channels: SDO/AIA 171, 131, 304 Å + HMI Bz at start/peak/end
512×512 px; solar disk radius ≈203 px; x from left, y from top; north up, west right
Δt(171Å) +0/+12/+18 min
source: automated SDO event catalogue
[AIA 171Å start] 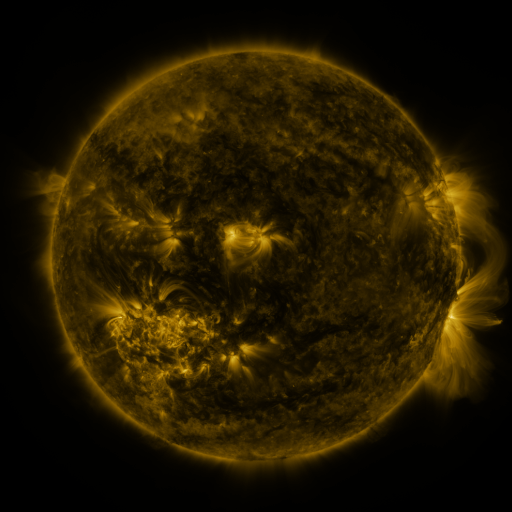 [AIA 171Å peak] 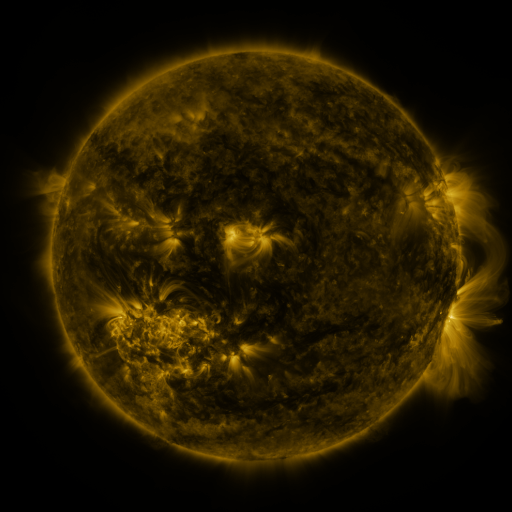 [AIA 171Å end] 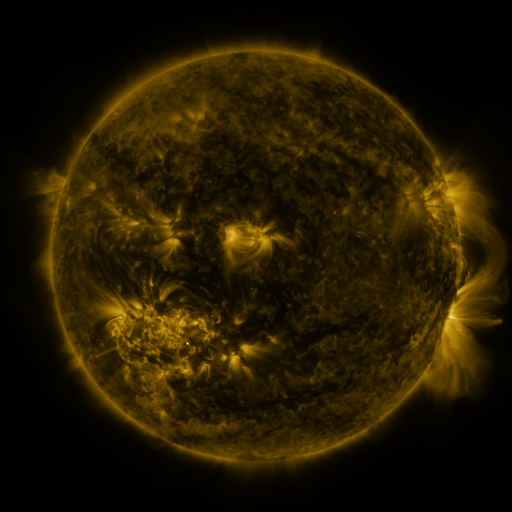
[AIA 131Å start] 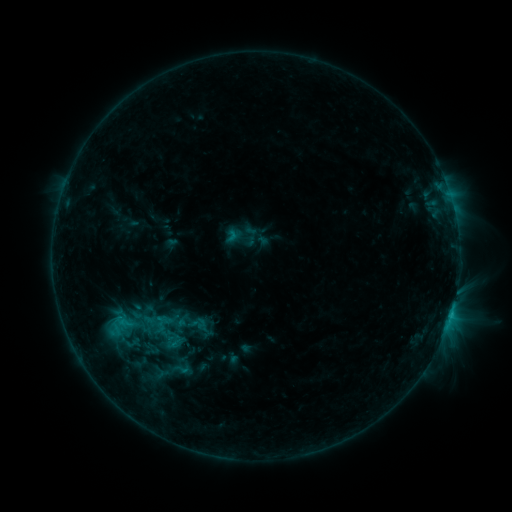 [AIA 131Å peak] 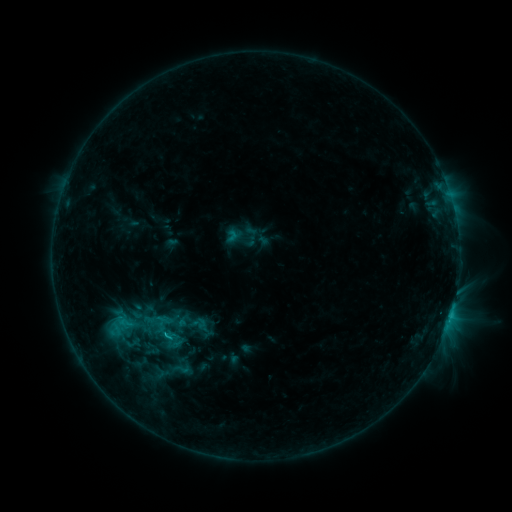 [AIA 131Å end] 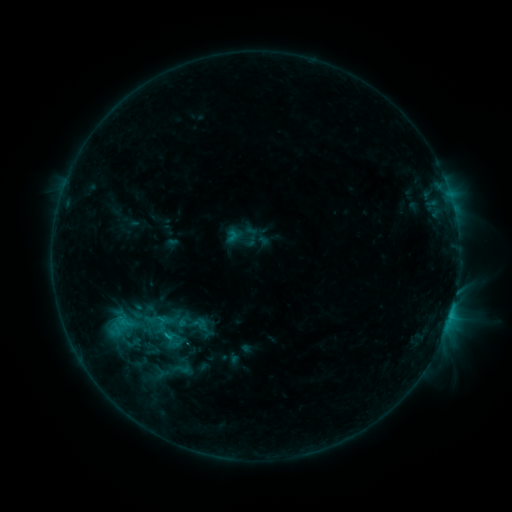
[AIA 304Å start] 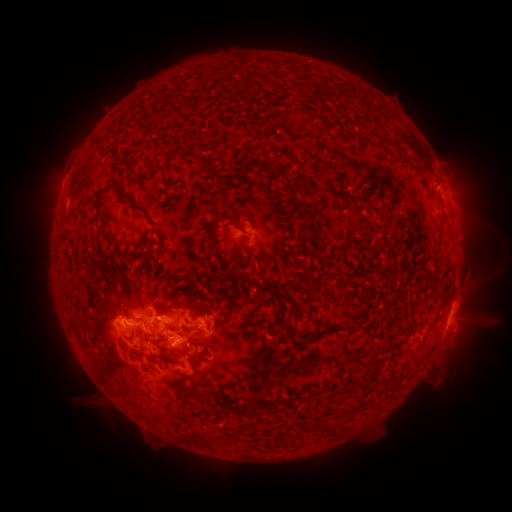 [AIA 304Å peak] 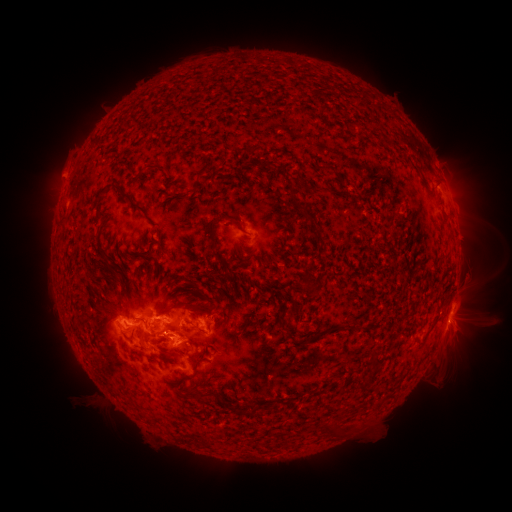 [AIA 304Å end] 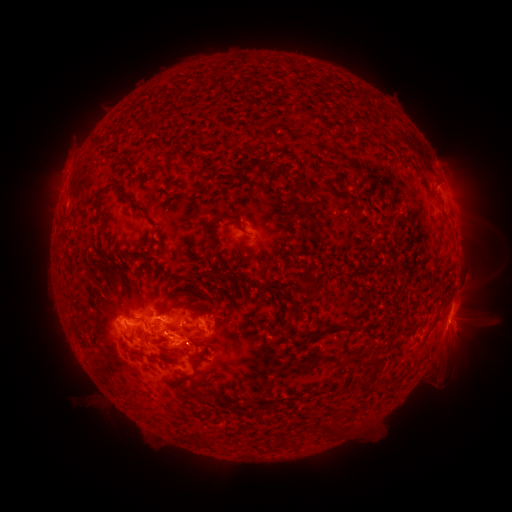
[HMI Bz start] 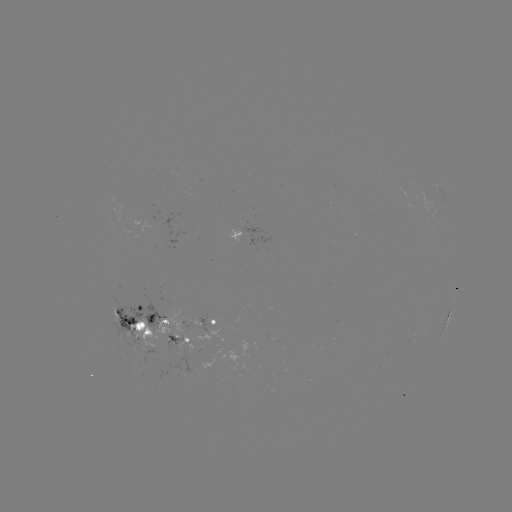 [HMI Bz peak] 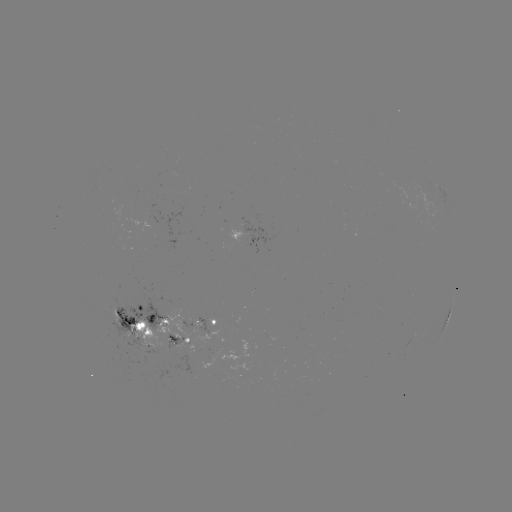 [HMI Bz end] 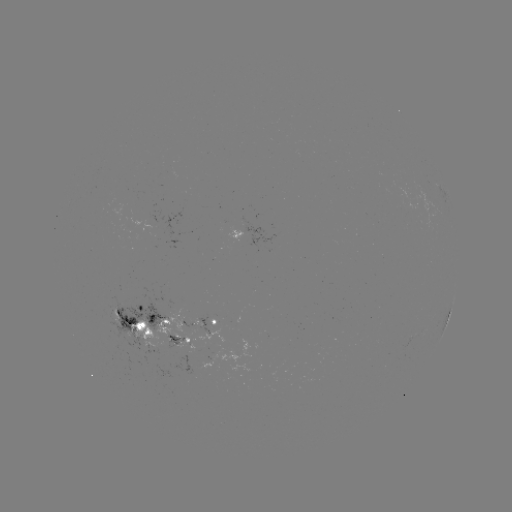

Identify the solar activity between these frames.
eruption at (64, 172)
